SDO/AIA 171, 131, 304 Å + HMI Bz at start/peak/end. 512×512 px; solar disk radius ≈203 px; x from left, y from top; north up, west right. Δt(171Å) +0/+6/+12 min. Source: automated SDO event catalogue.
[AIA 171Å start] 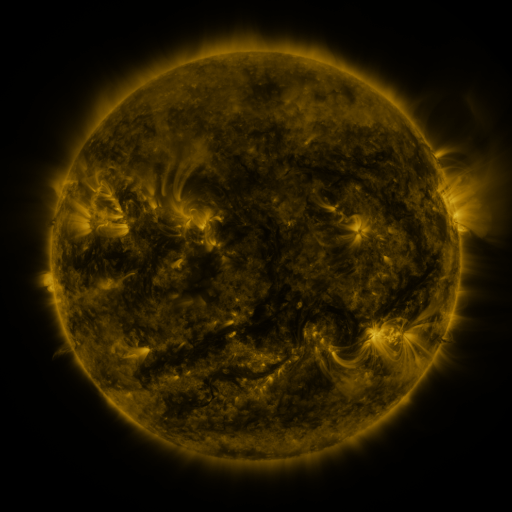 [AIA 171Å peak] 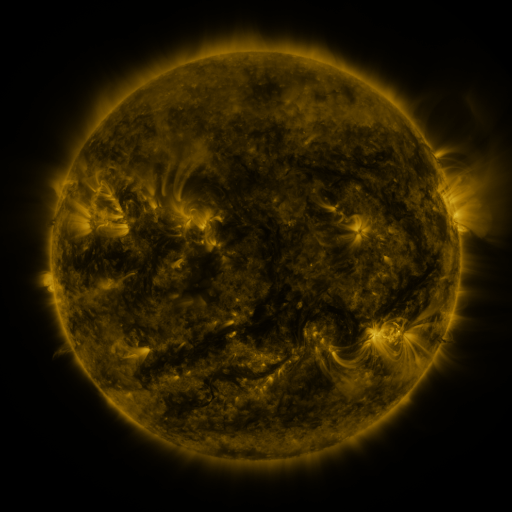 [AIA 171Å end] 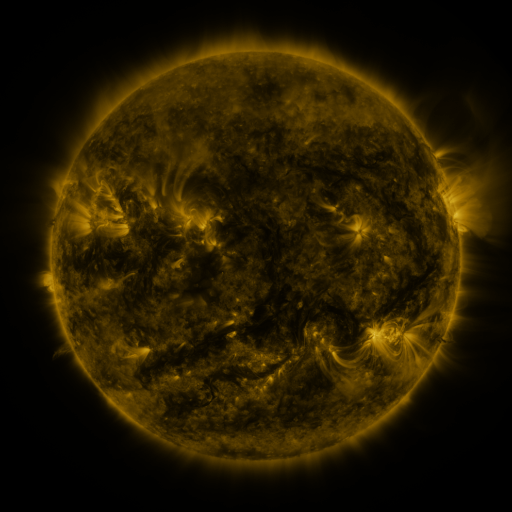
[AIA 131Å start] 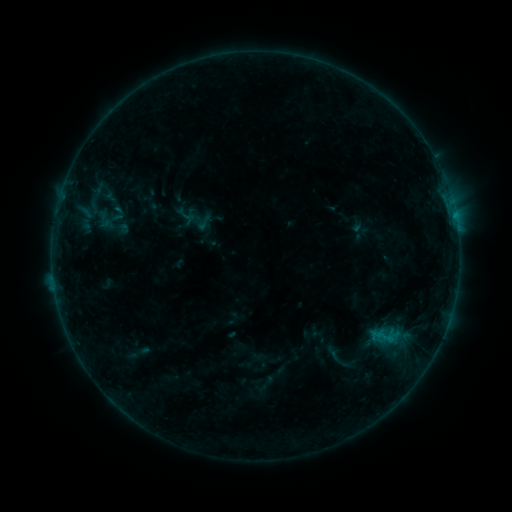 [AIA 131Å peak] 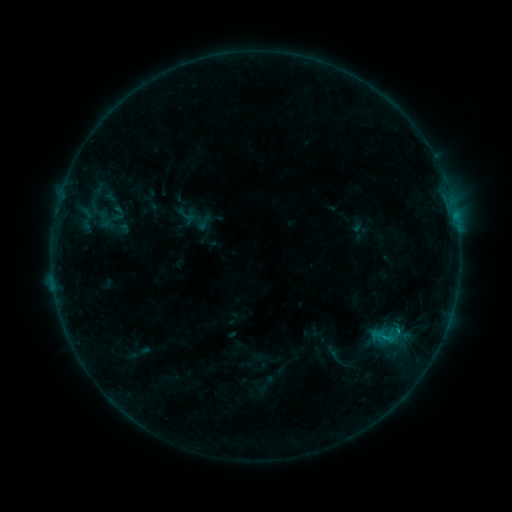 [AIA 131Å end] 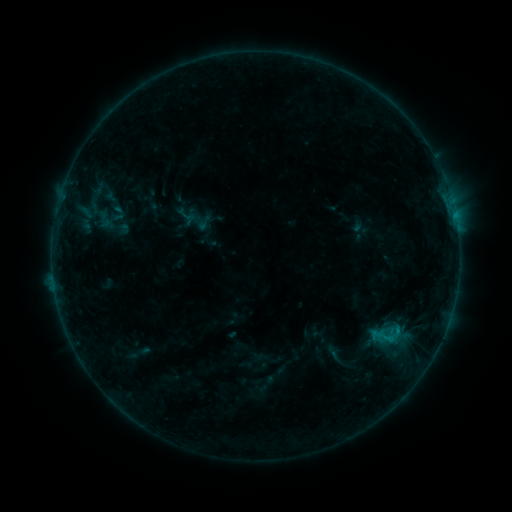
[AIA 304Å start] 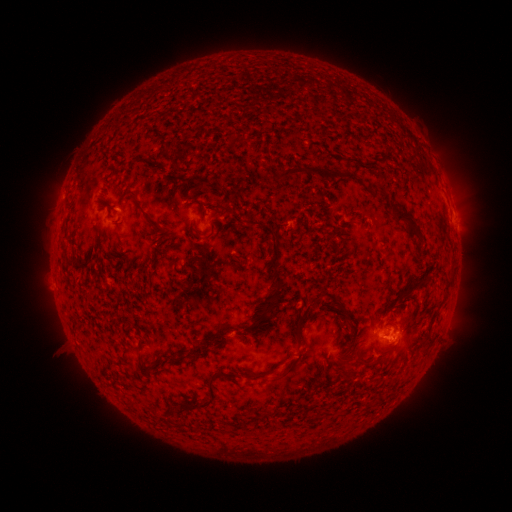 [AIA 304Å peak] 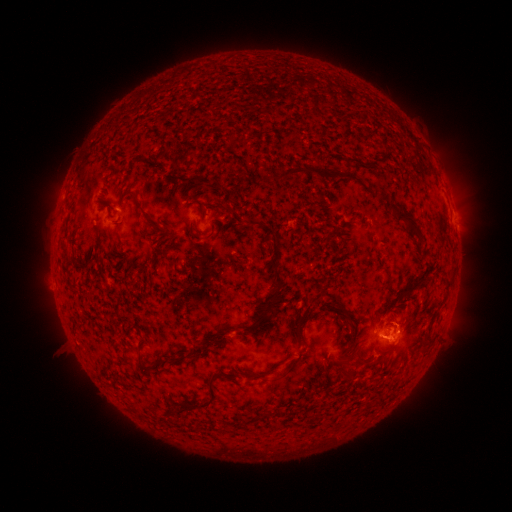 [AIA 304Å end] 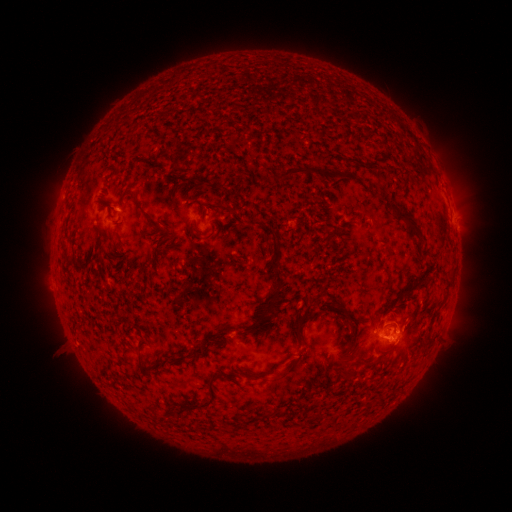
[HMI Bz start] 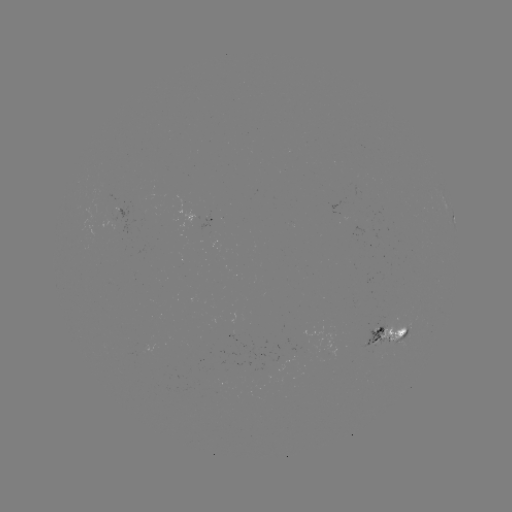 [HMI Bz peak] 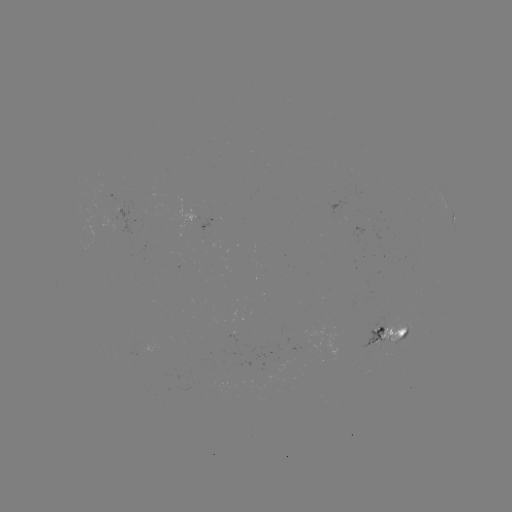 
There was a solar flare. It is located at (396, 330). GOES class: B4.9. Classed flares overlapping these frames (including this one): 1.